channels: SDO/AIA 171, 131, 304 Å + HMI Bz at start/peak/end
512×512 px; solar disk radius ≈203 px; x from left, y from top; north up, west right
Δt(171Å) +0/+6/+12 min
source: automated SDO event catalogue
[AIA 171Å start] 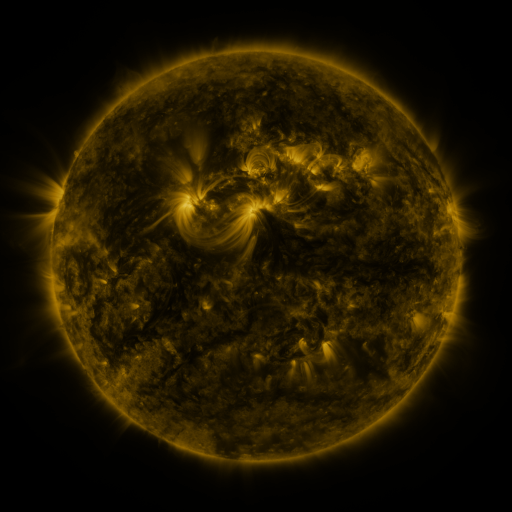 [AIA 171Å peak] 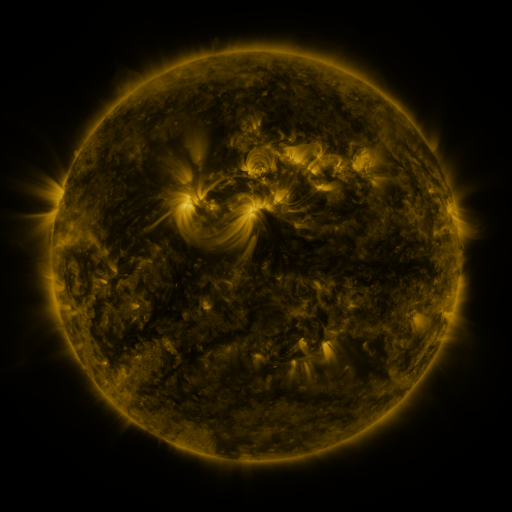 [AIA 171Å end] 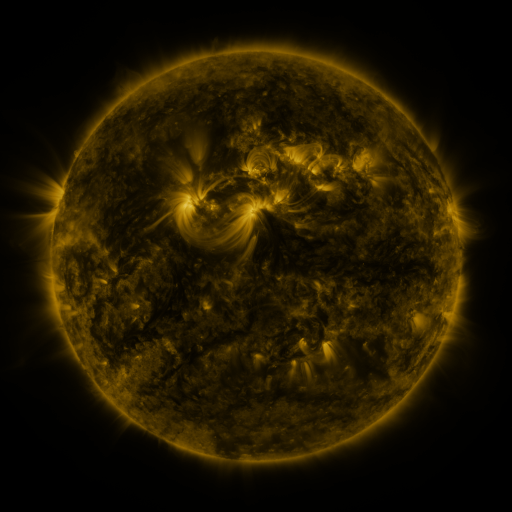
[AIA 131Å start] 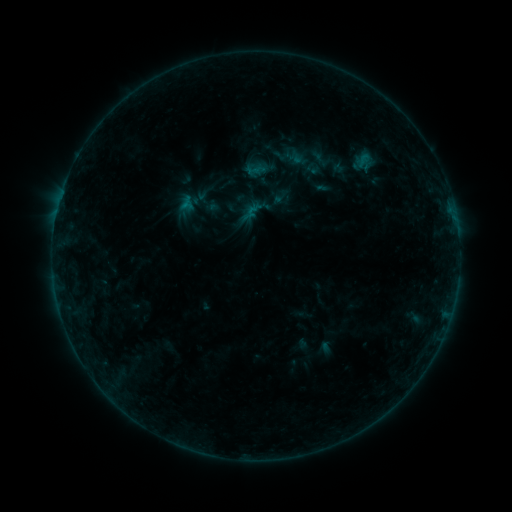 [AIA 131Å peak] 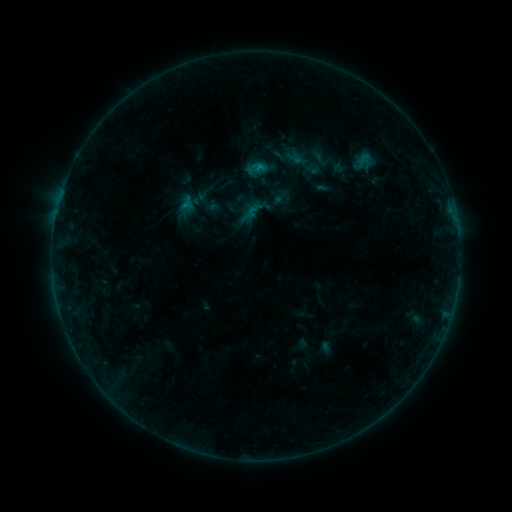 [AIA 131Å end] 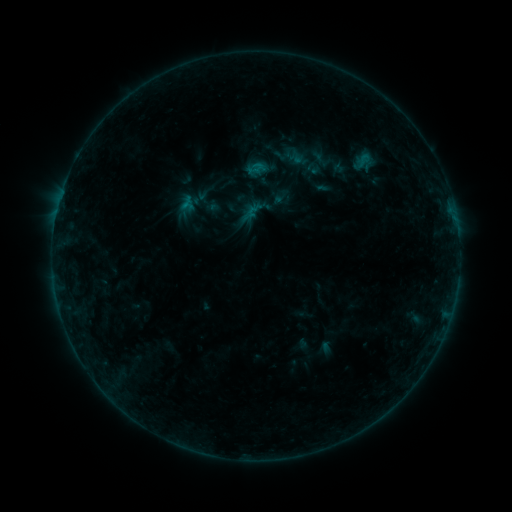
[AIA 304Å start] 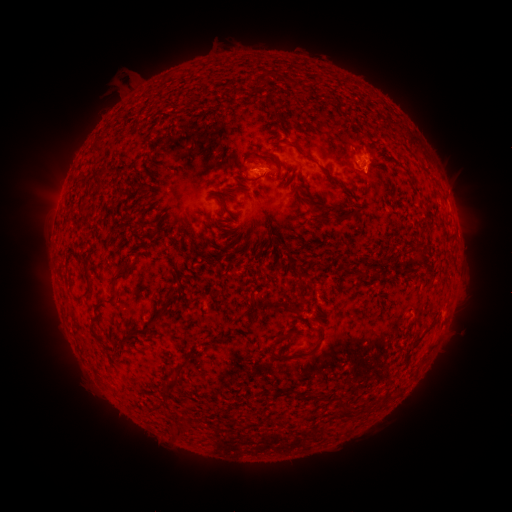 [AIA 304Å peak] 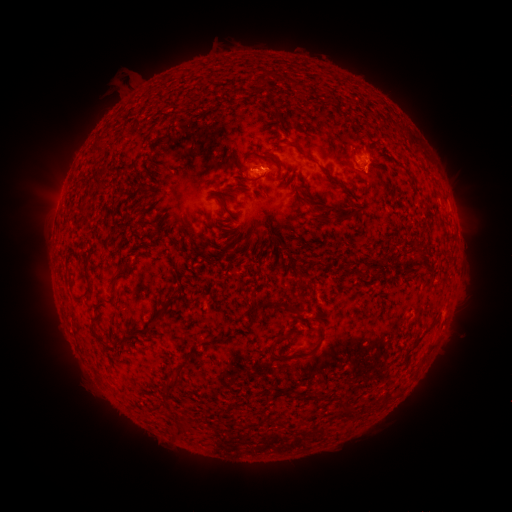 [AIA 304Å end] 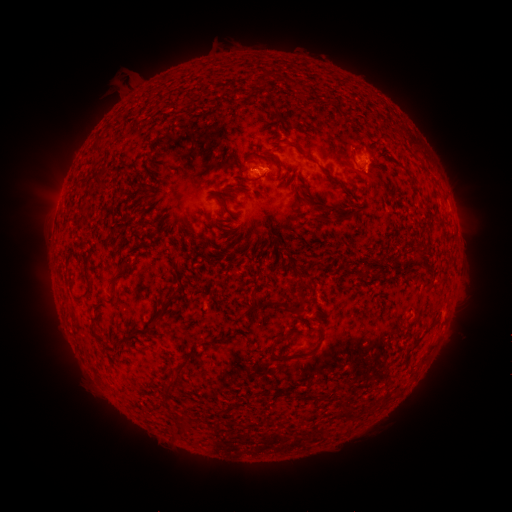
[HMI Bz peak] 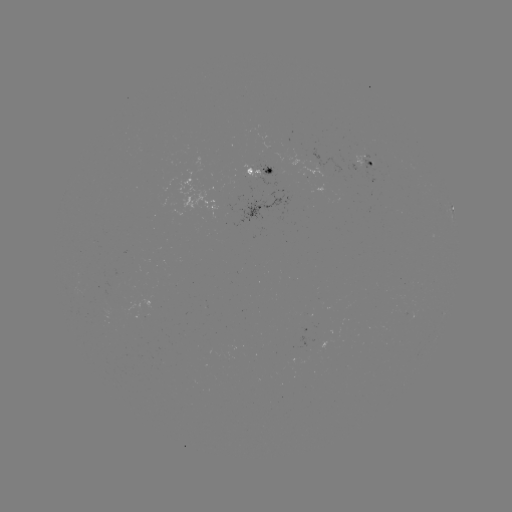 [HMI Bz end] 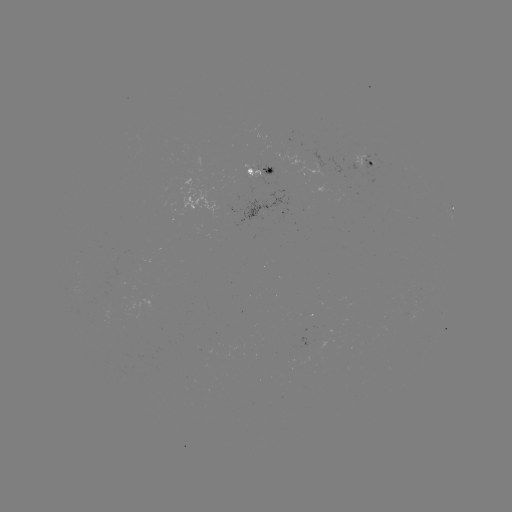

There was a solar flare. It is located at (259, 167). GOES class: B4.2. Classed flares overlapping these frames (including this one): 1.